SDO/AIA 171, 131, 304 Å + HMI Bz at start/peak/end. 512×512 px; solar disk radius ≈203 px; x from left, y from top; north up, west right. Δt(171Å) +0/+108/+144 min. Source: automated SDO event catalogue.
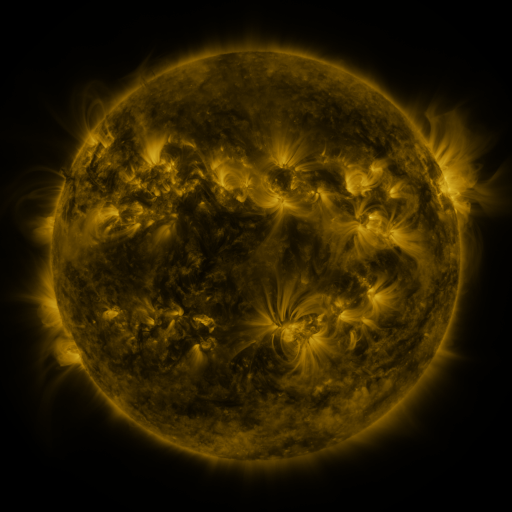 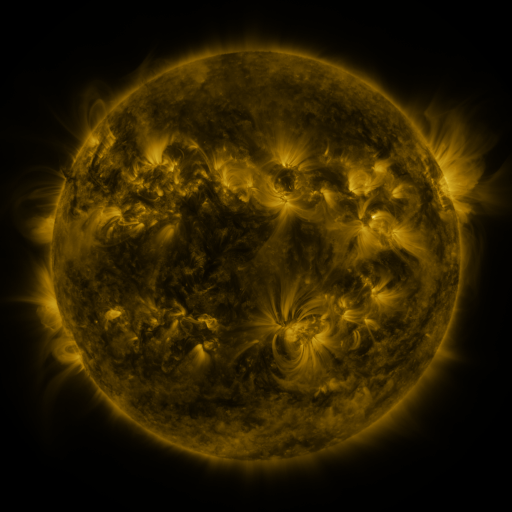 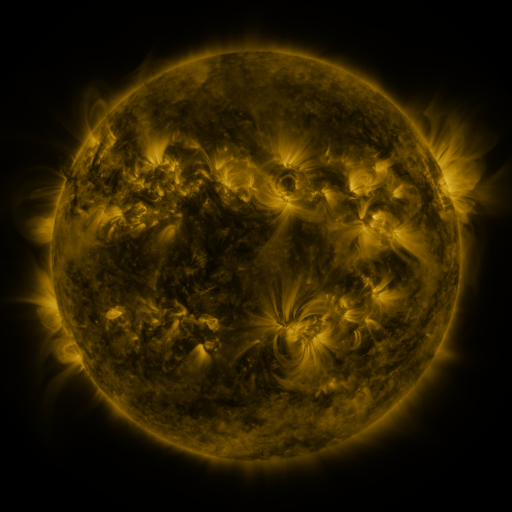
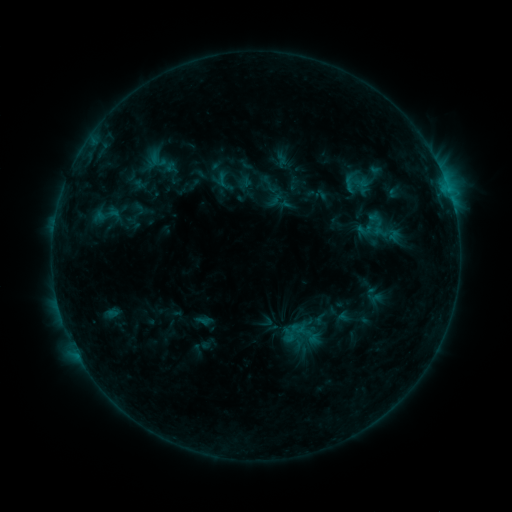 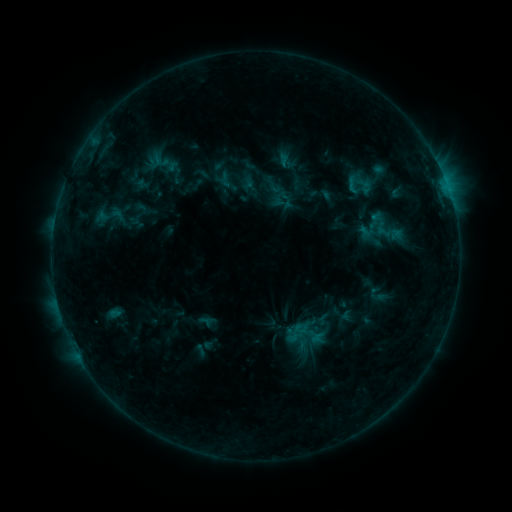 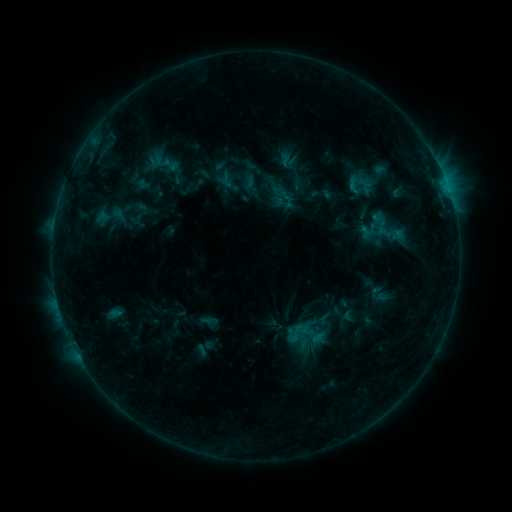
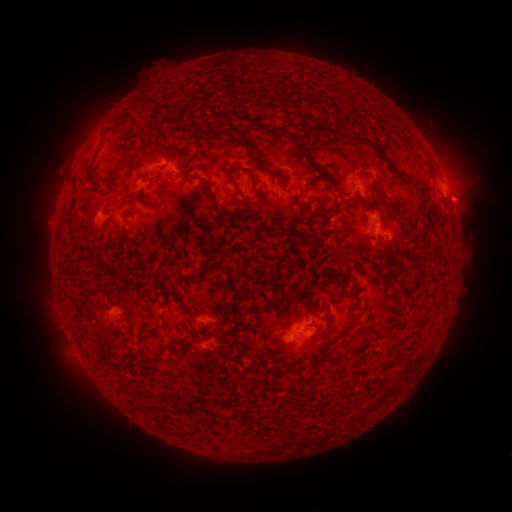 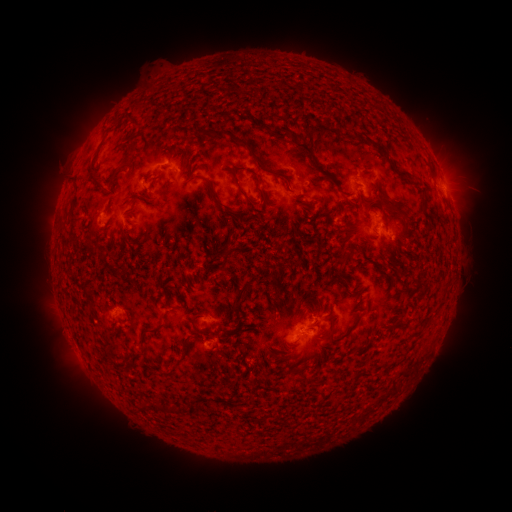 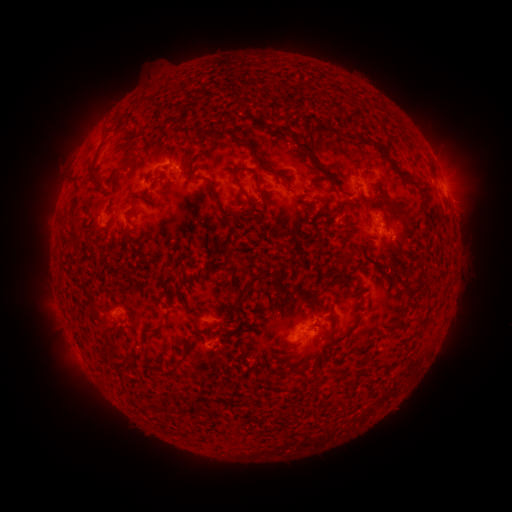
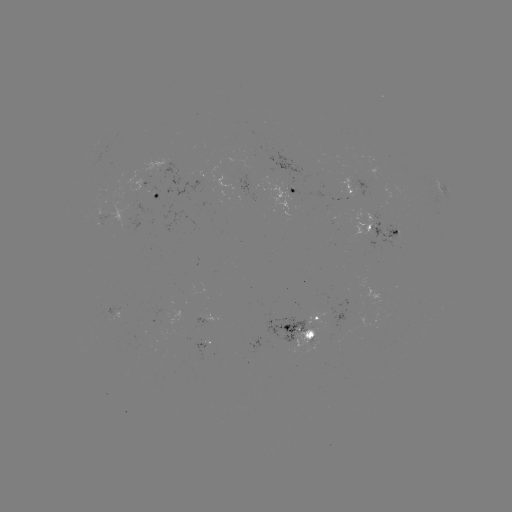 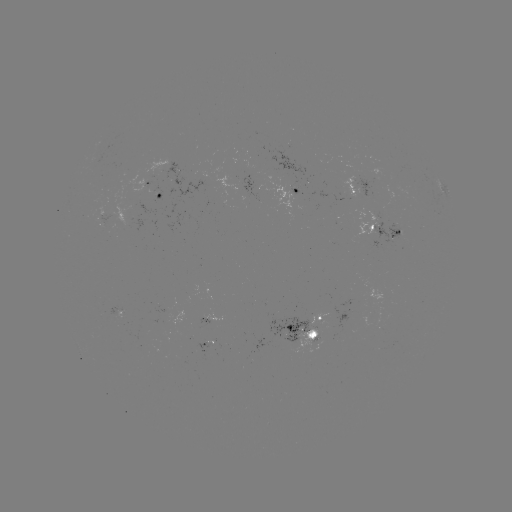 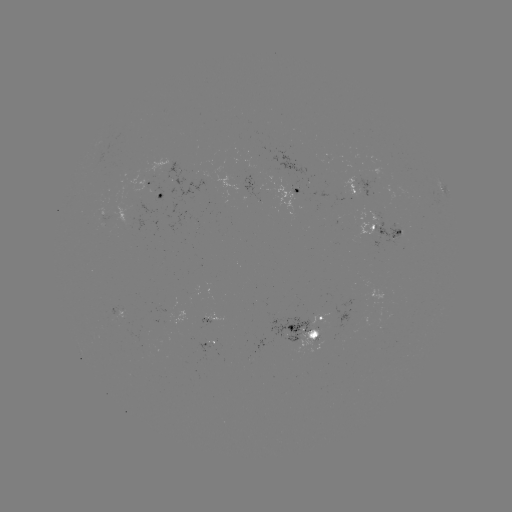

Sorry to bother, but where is emerging-flux region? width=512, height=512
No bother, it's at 374,220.